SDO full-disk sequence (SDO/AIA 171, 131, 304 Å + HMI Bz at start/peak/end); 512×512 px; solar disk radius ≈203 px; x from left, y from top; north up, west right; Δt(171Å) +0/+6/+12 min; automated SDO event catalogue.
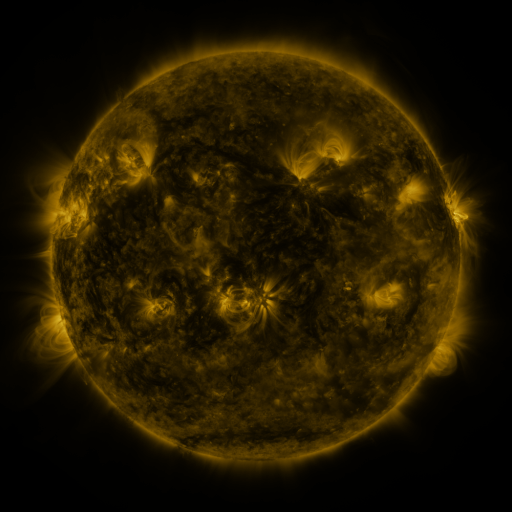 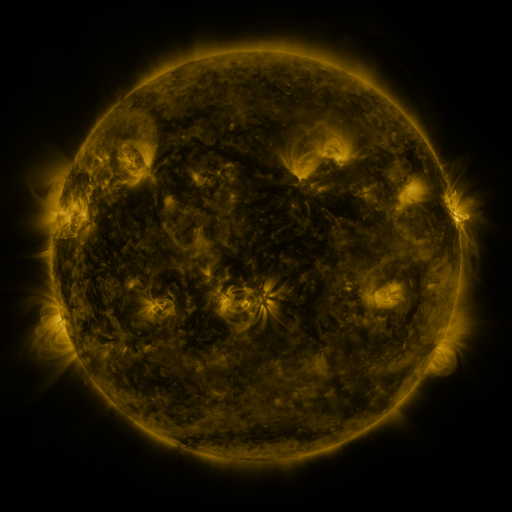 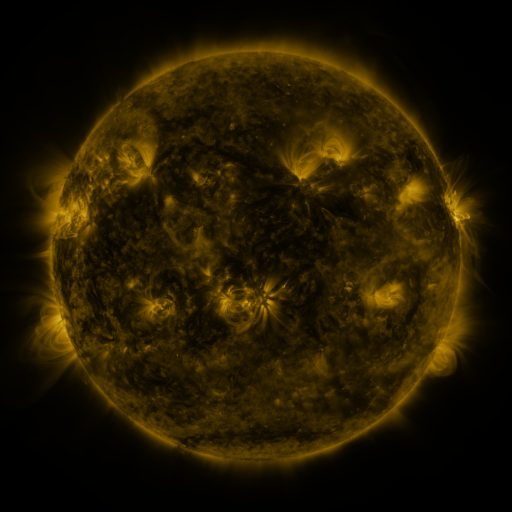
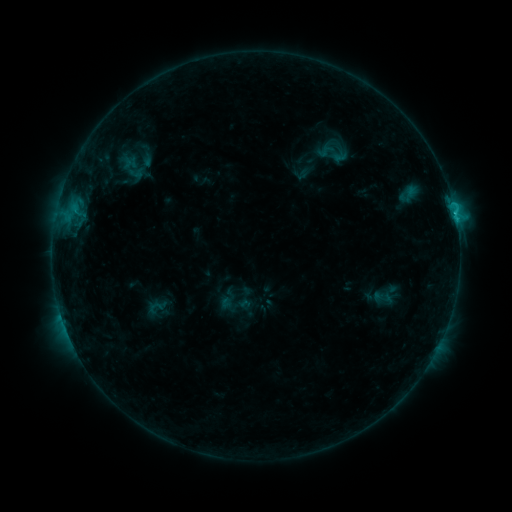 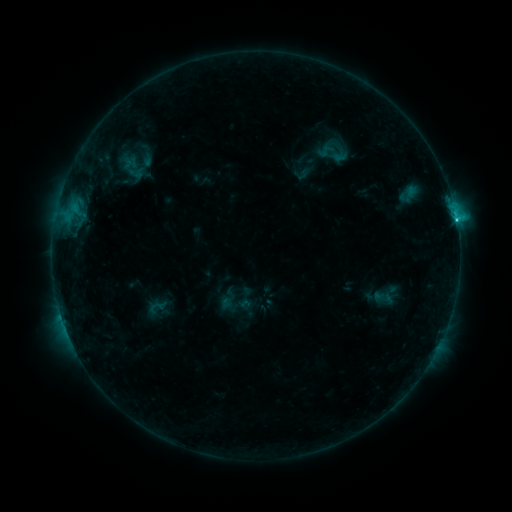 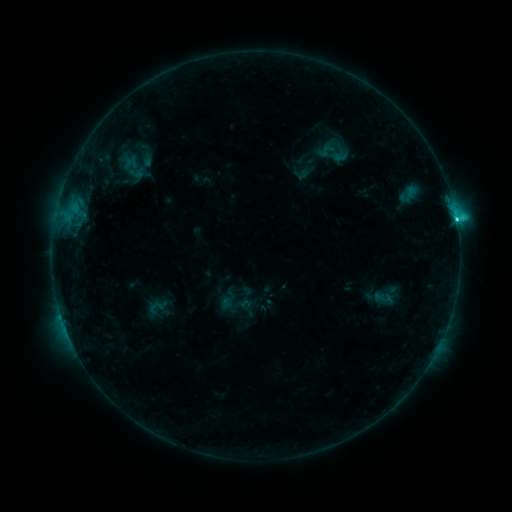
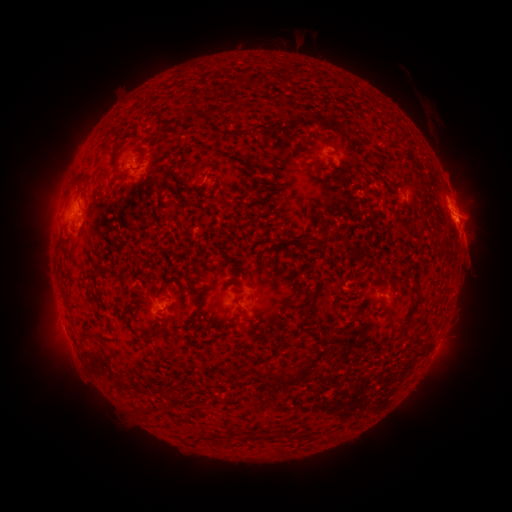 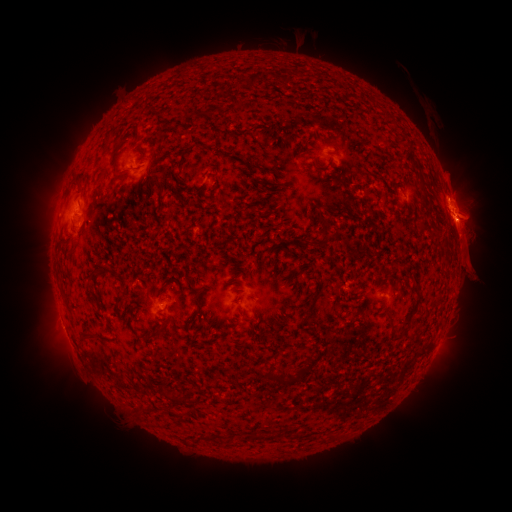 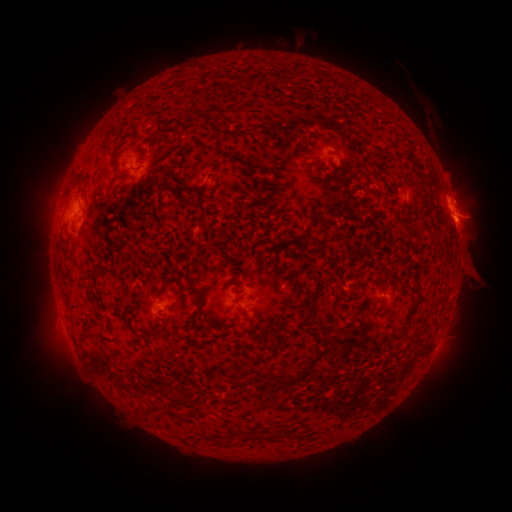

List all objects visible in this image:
C3.4 flare: (455, 220)
